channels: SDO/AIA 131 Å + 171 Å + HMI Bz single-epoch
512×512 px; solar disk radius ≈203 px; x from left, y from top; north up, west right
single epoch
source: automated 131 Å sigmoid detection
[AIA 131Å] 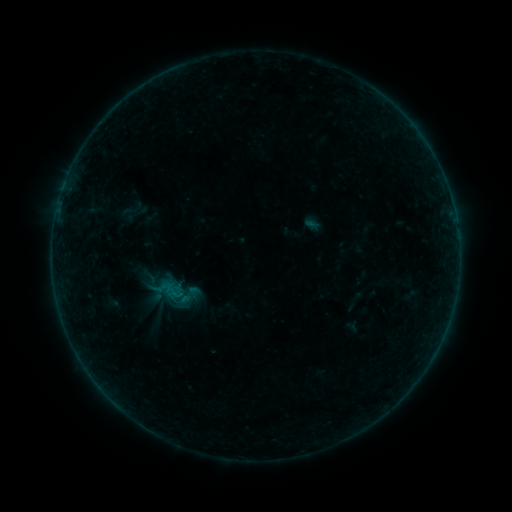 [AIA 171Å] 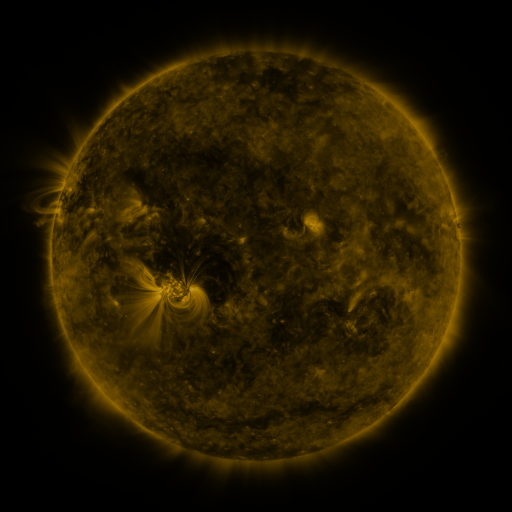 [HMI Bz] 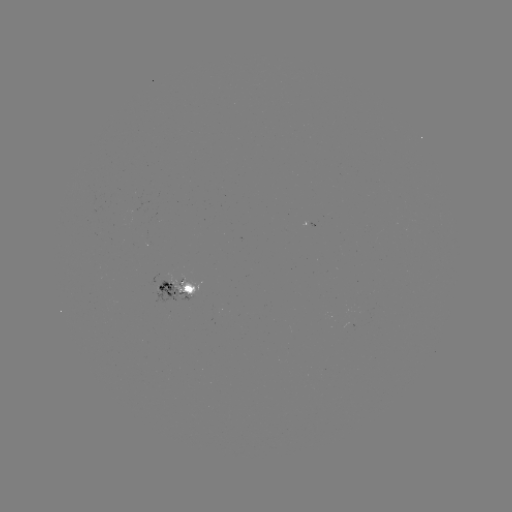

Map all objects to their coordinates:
sigmoid: (189, 295)
